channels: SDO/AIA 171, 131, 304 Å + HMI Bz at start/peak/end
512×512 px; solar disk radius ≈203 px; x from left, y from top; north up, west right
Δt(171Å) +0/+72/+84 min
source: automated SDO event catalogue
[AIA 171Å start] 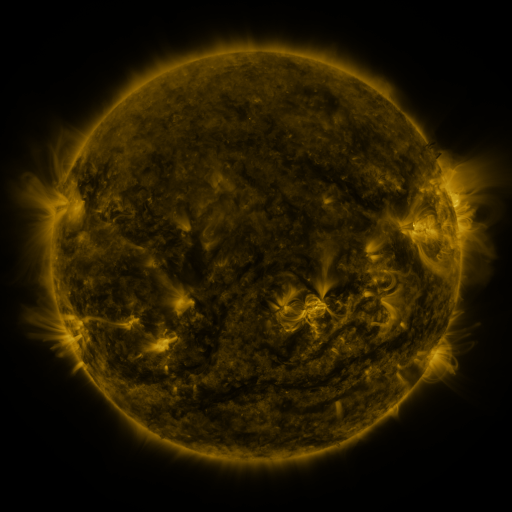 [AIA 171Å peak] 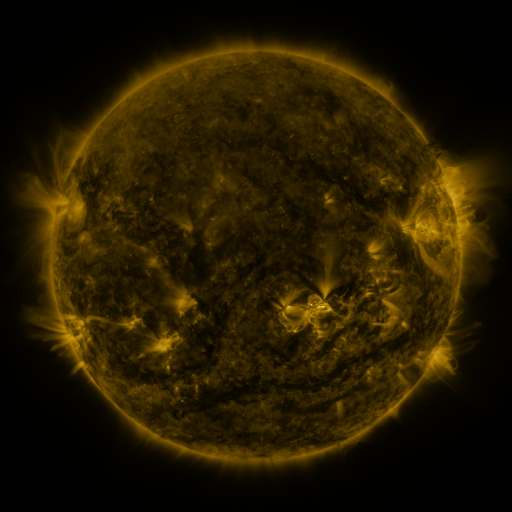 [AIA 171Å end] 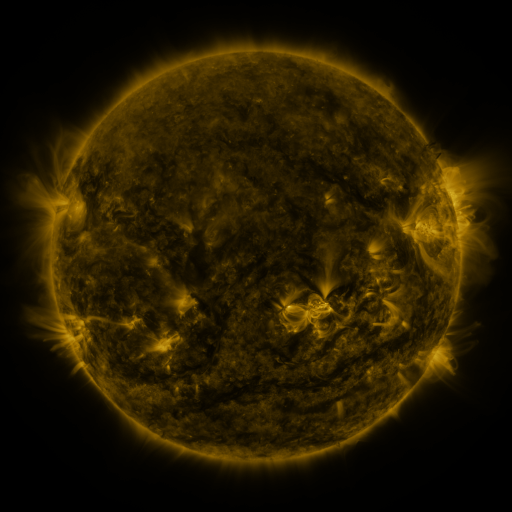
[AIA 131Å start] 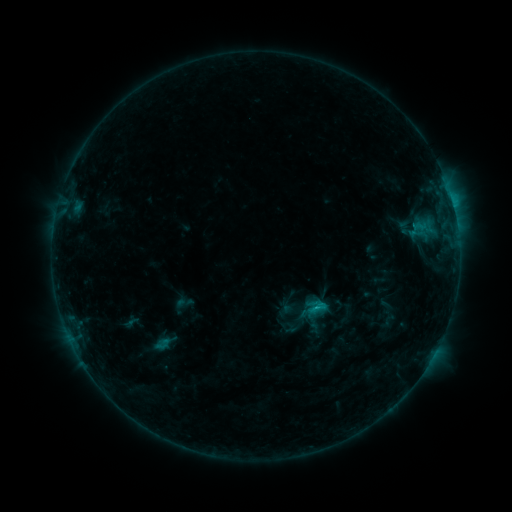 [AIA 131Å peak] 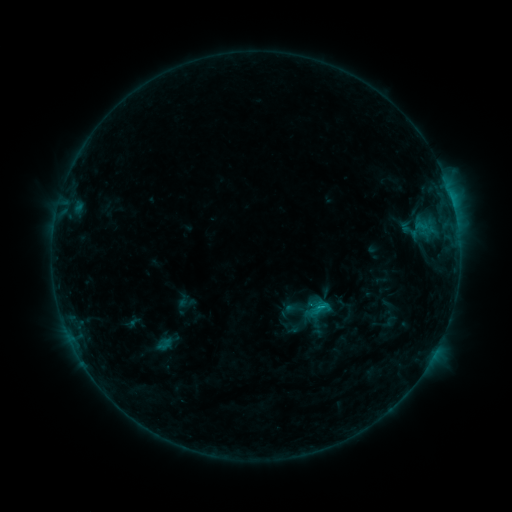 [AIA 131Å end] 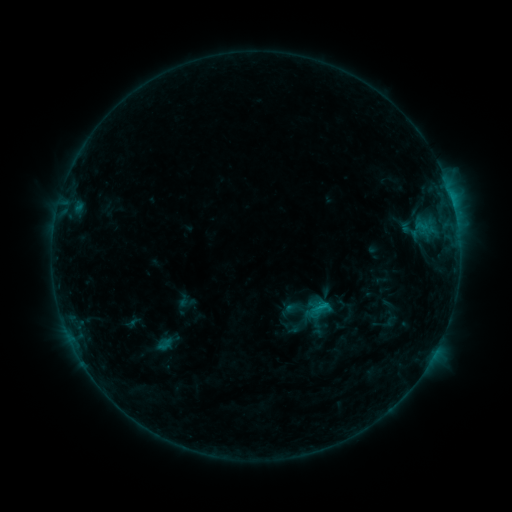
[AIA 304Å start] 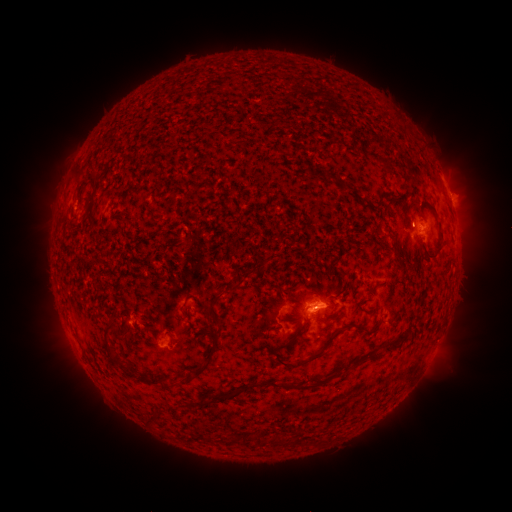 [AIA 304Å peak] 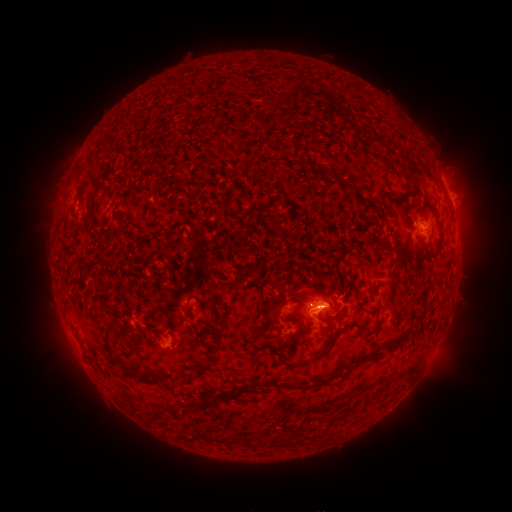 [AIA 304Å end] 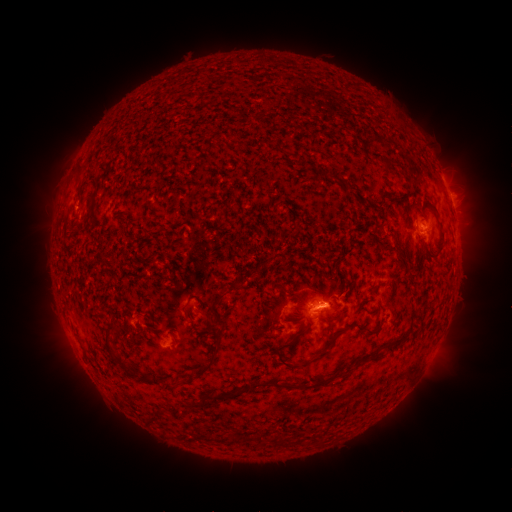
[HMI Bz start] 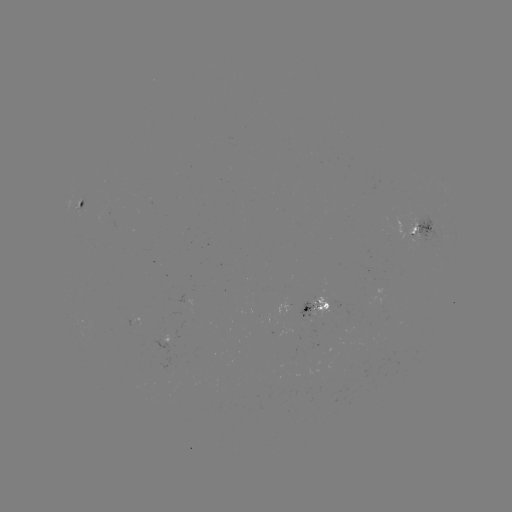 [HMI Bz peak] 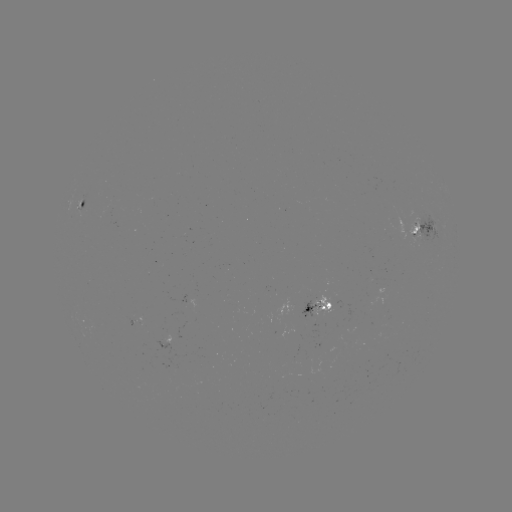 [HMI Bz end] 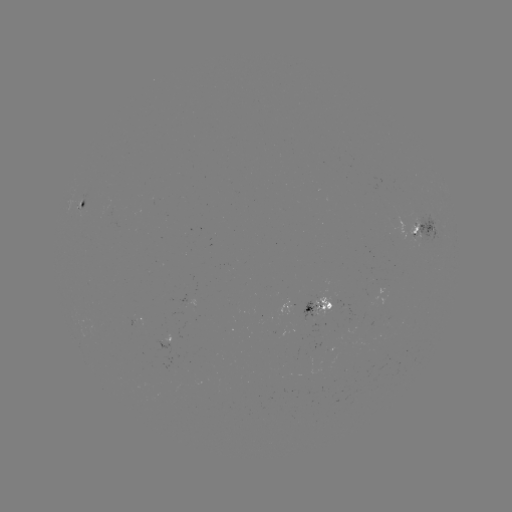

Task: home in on emerging-flux region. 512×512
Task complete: (414, 232).